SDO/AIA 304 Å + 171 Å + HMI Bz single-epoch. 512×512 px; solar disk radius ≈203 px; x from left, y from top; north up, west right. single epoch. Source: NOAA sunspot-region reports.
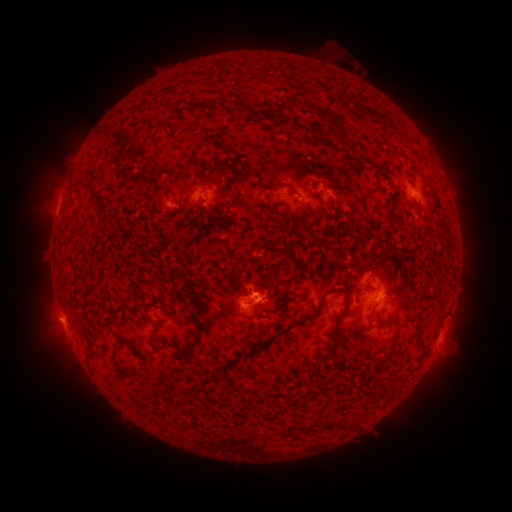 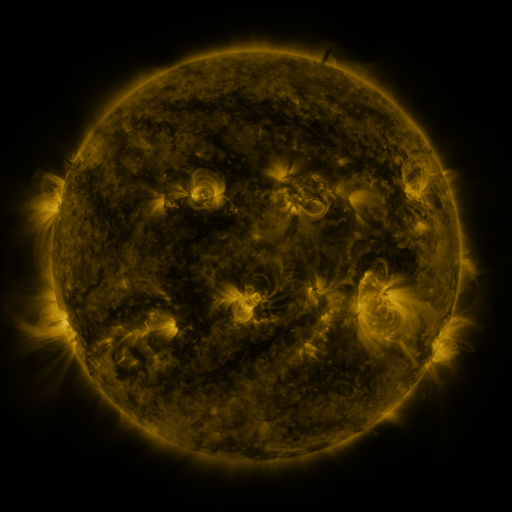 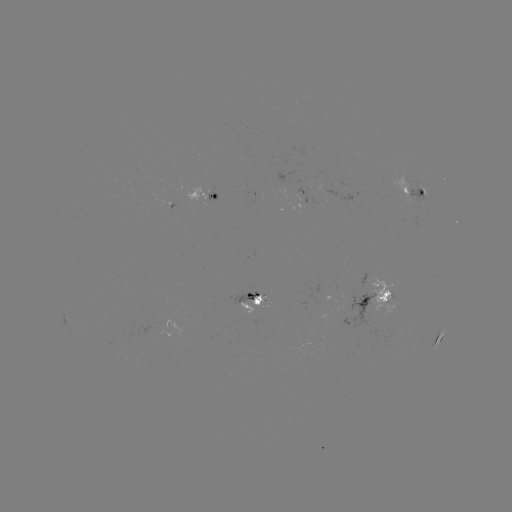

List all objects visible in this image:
spotted active region: (414, 190)
spotted active region: (207, 200)
spotted active region: (383, 292)
spotted active region: (259, 302)
spotted active region: (439, 340)
